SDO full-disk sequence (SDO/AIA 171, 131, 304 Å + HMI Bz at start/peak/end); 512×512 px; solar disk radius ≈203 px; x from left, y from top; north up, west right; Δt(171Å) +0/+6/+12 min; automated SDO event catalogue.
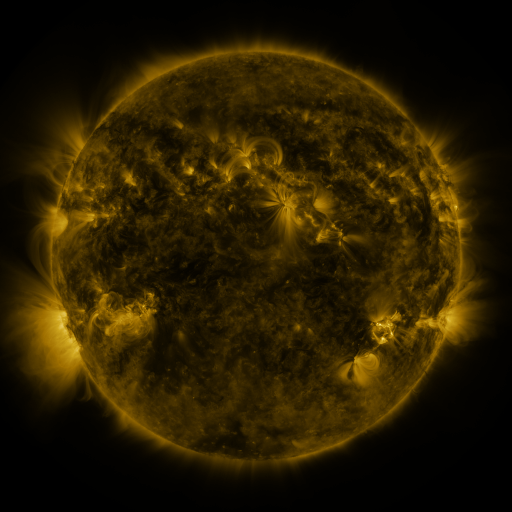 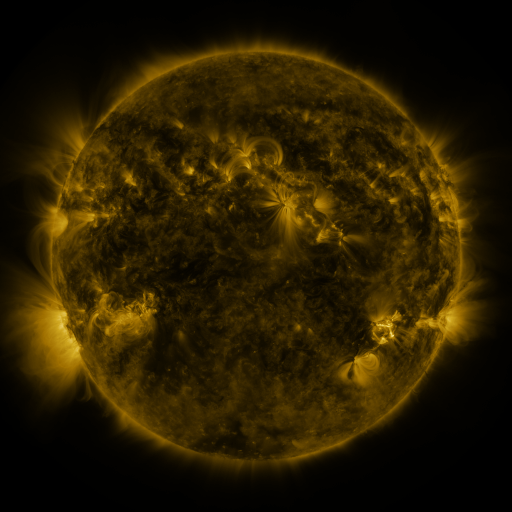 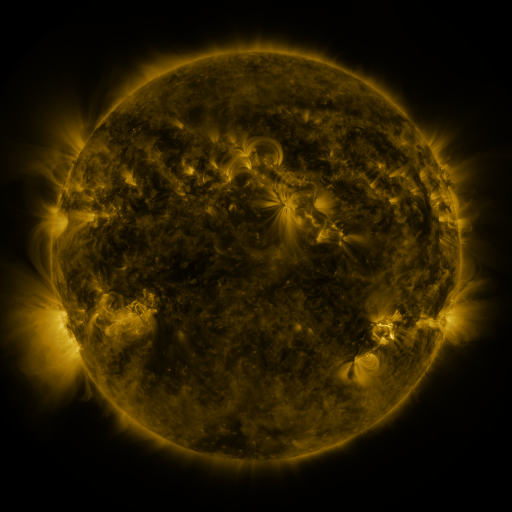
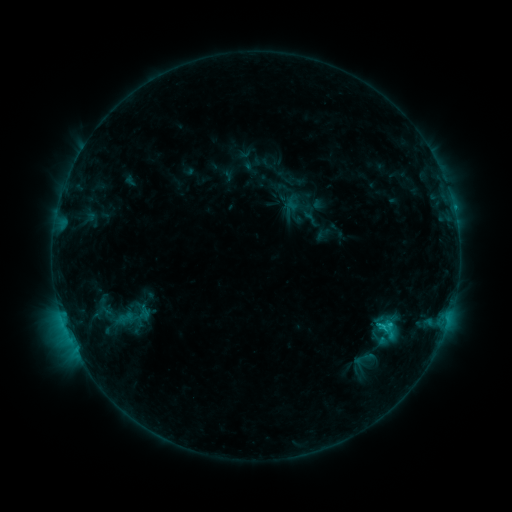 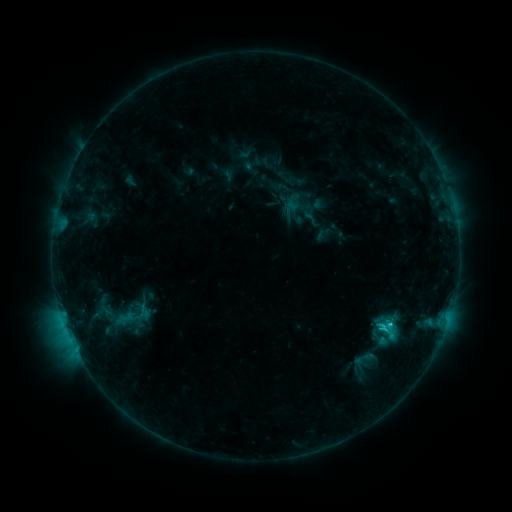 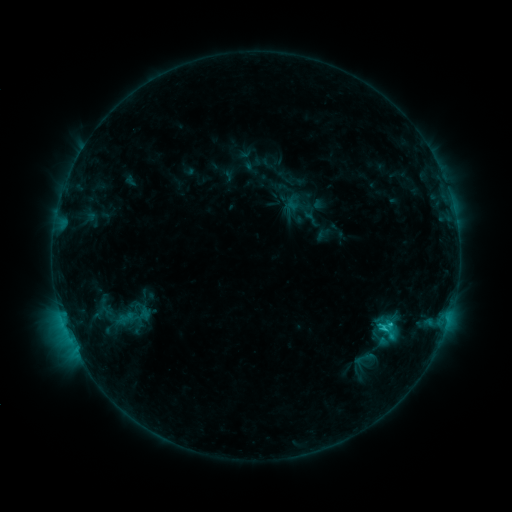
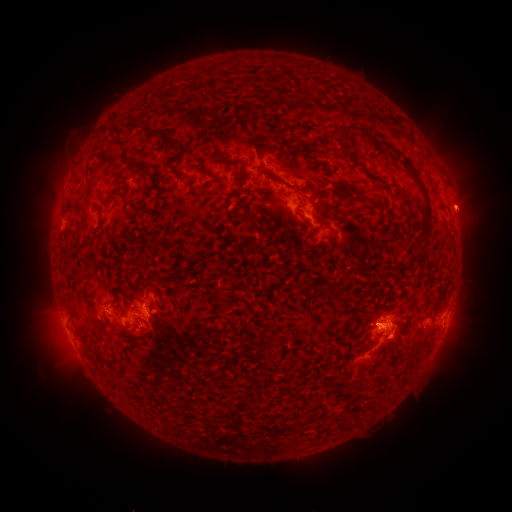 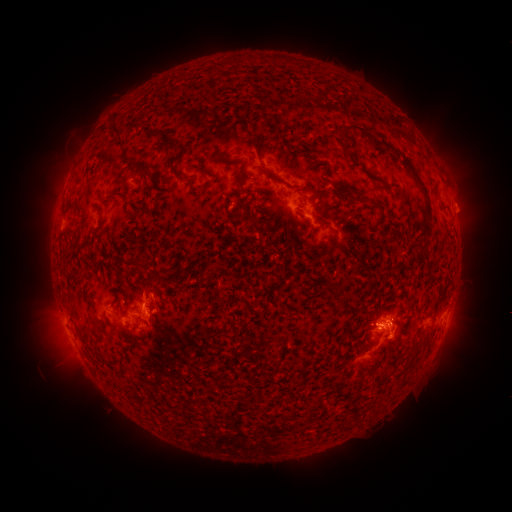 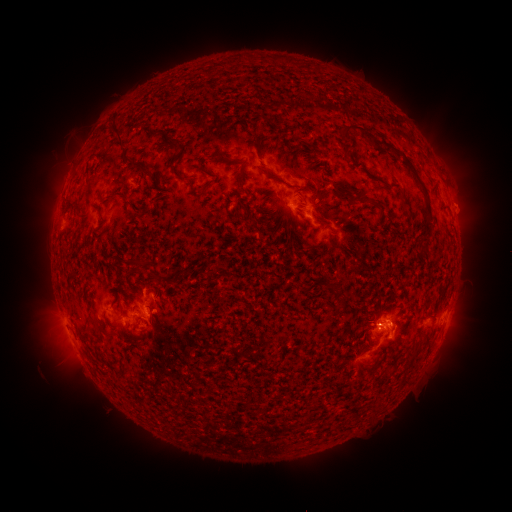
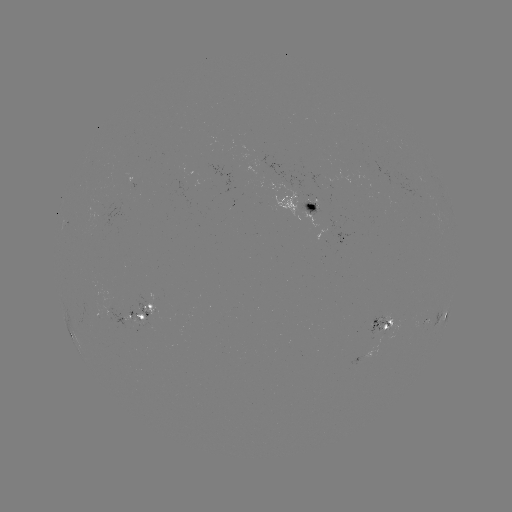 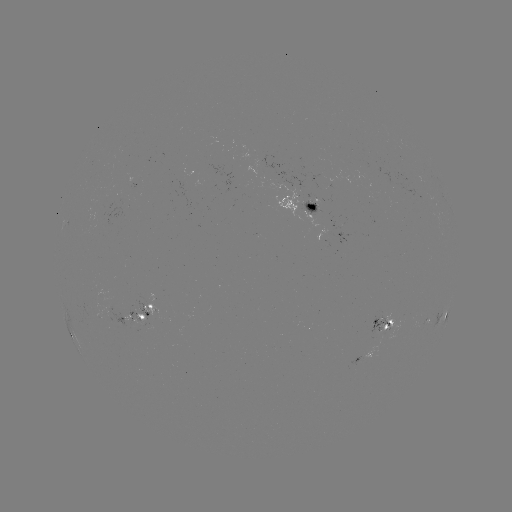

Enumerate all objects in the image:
eruption: (469, 206)
